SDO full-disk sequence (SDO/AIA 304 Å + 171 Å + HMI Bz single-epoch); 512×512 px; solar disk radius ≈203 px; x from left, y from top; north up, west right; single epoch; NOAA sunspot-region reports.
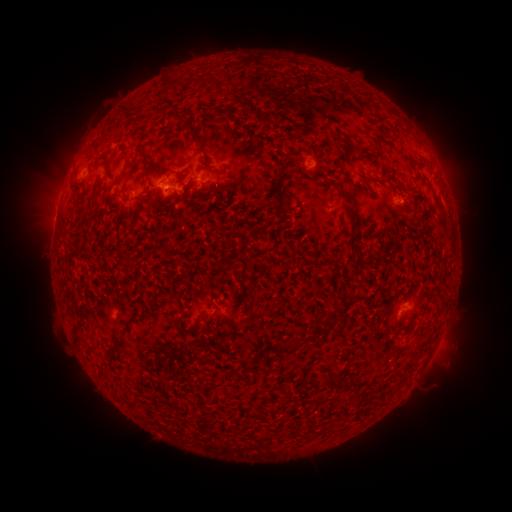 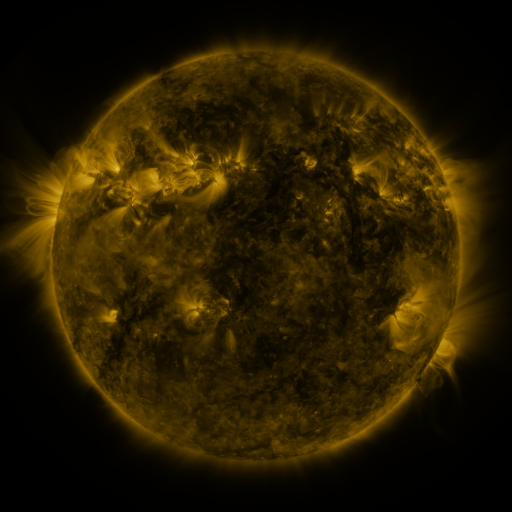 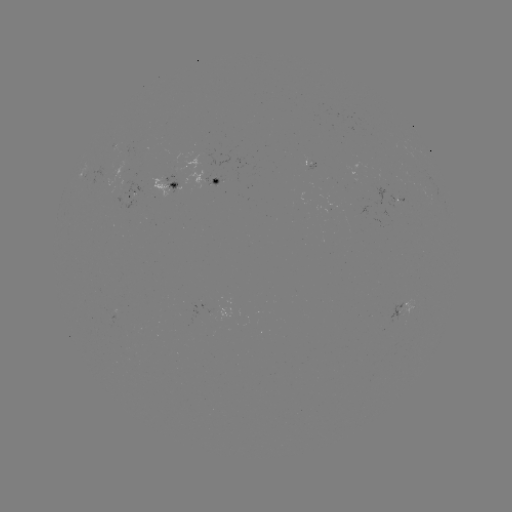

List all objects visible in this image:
spotted active region: (314, 167)
spotted active region: (218, 183)
spotted active region: (170, 184)
spotted active region: (136, 195)
spotted active region: (402, 310)
